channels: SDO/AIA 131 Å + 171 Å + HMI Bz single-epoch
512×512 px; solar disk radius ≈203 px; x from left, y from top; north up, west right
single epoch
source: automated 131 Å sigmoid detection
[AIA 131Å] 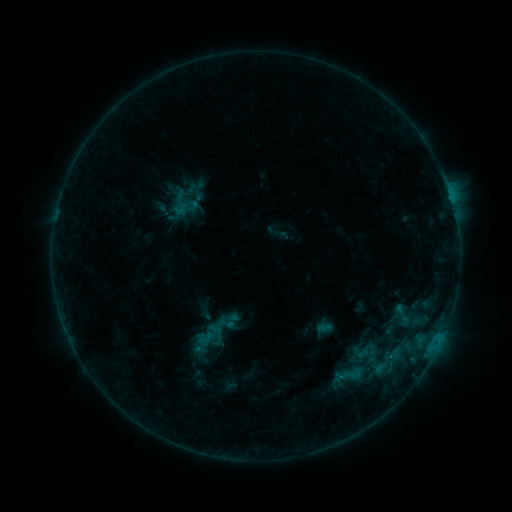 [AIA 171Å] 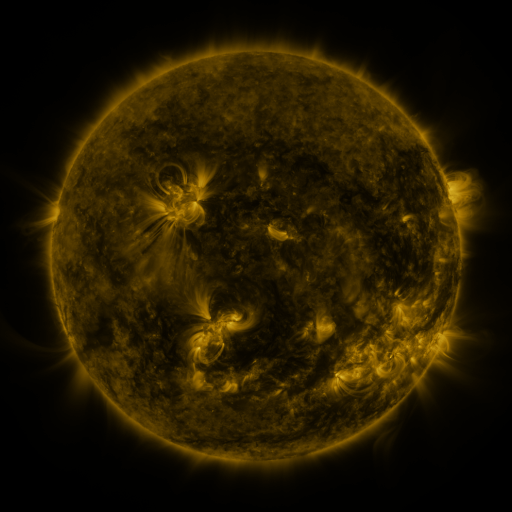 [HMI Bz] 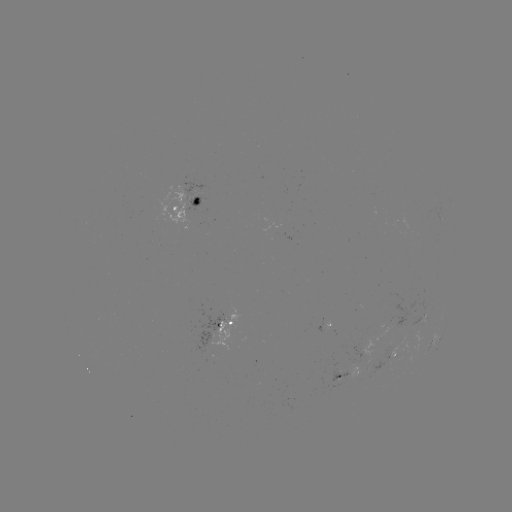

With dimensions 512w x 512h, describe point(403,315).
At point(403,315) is sigmoid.